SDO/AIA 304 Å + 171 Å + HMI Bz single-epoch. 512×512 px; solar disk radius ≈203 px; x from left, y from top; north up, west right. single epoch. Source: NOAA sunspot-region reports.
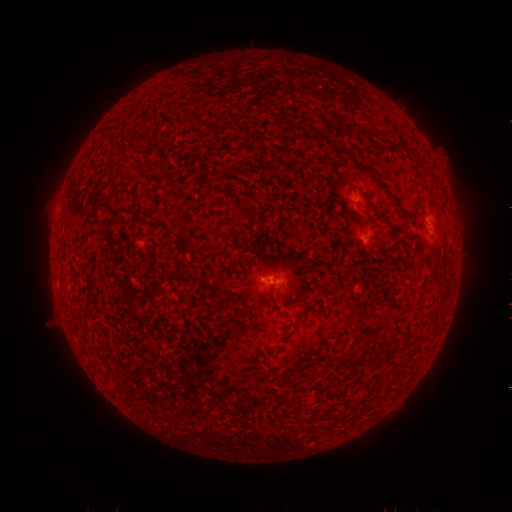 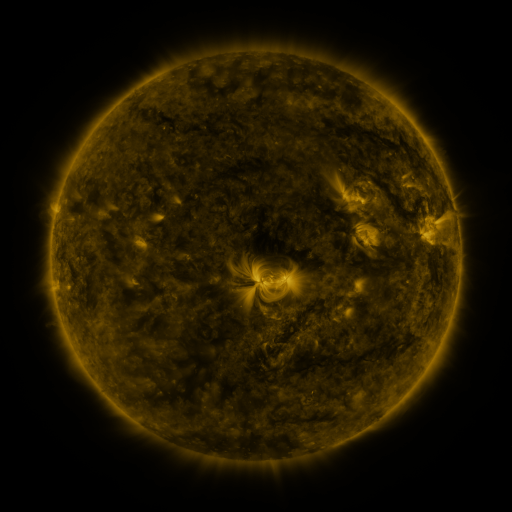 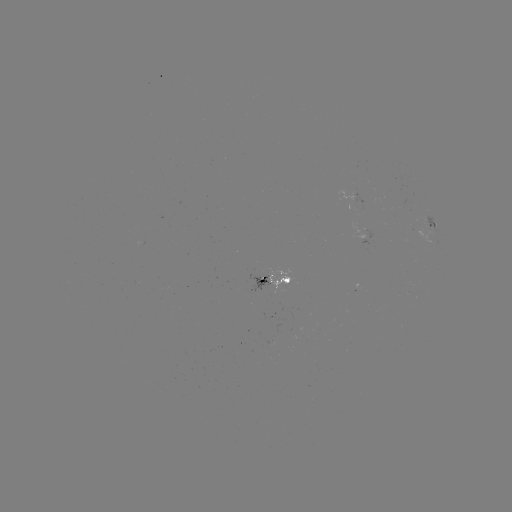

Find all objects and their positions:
spotted active region: (361, 194)
spotted active region: (433, 224)
spotted active region: (369, 236)
spotted active region: (280, 282)
